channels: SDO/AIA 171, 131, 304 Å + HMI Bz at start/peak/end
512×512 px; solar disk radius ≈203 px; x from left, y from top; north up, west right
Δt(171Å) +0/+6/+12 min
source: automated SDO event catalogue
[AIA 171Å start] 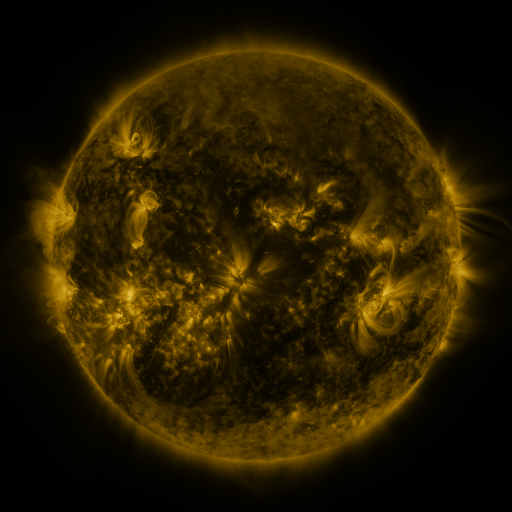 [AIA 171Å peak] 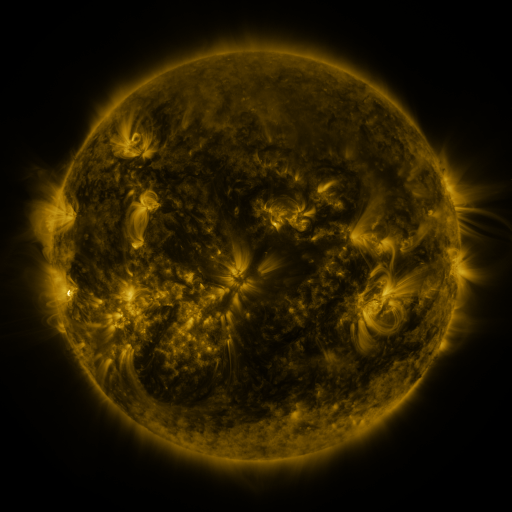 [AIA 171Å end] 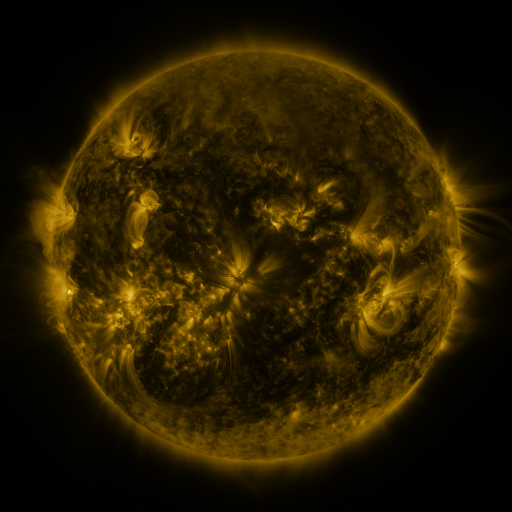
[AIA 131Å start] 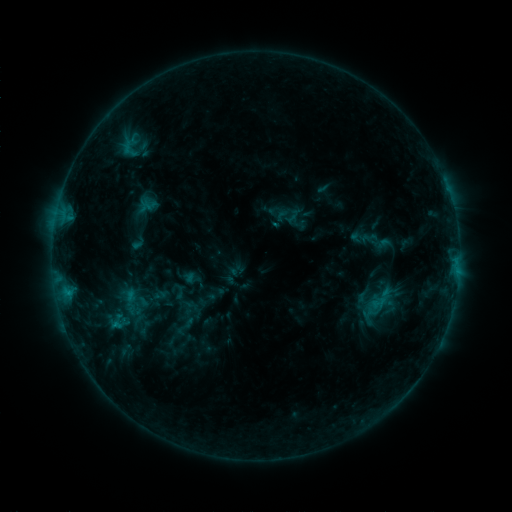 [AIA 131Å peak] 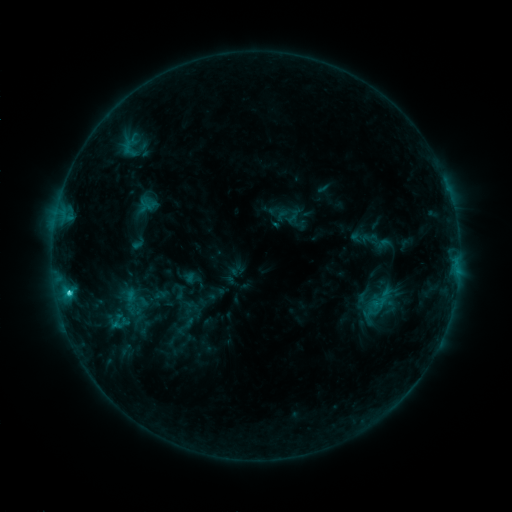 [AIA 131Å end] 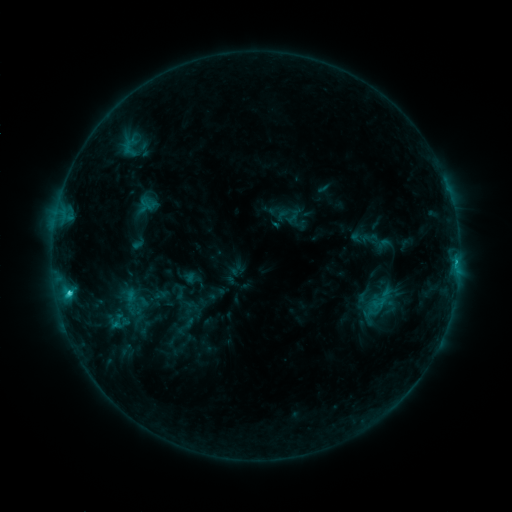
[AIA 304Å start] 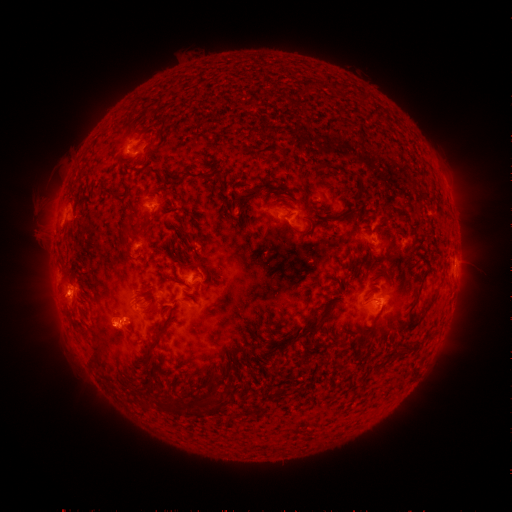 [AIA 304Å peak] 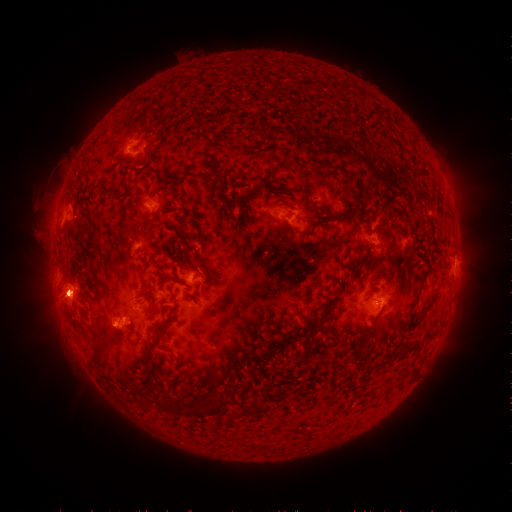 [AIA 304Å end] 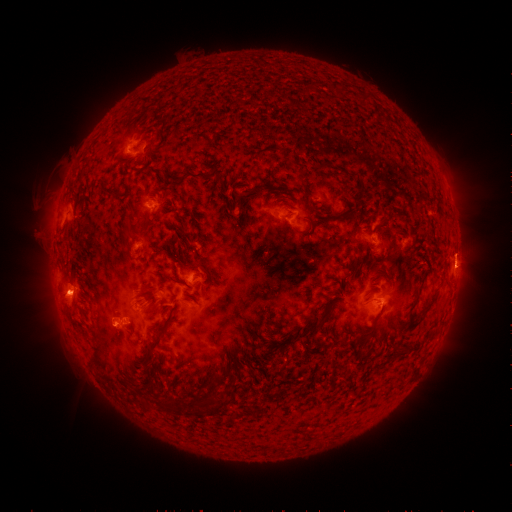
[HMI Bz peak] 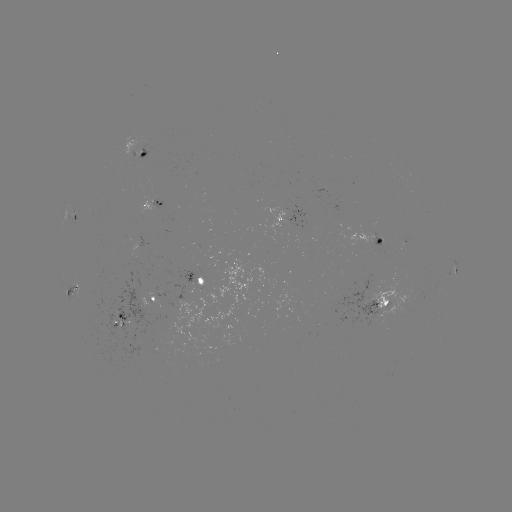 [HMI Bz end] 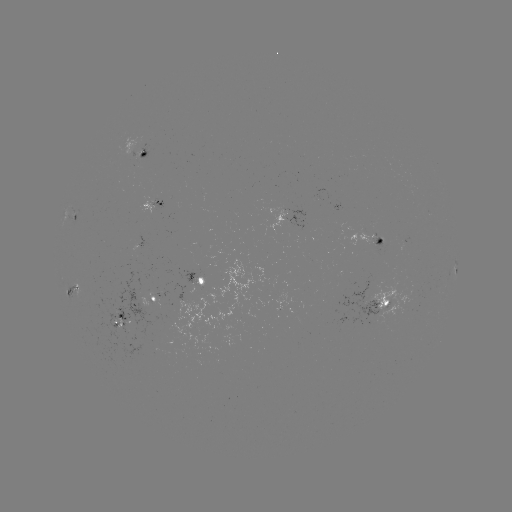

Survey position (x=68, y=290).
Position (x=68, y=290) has C2.3 flare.